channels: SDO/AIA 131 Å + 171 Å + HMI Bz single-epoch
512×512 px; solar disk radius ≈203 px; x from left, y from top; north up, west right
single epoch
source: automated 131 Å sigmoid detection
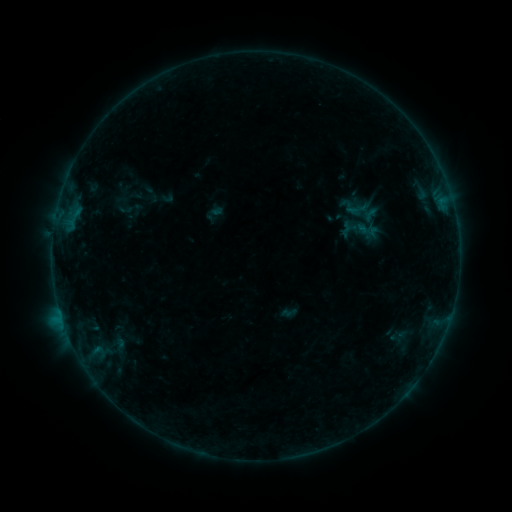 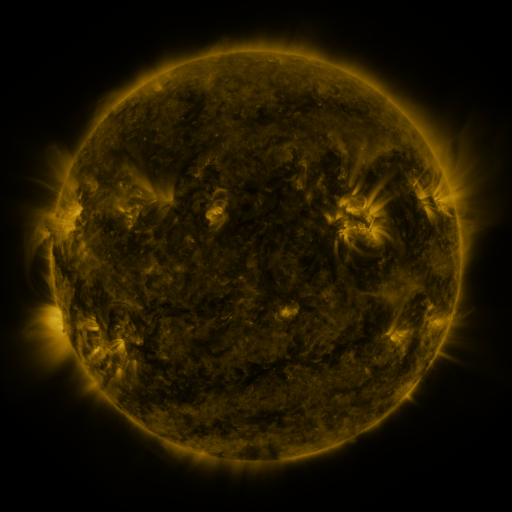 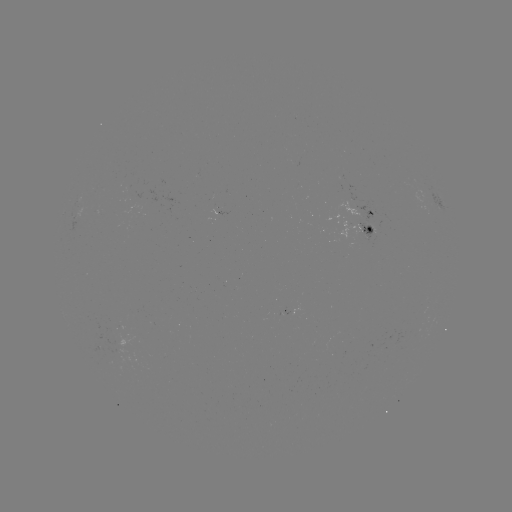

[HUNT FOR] sigmoid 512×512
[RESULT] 122,206